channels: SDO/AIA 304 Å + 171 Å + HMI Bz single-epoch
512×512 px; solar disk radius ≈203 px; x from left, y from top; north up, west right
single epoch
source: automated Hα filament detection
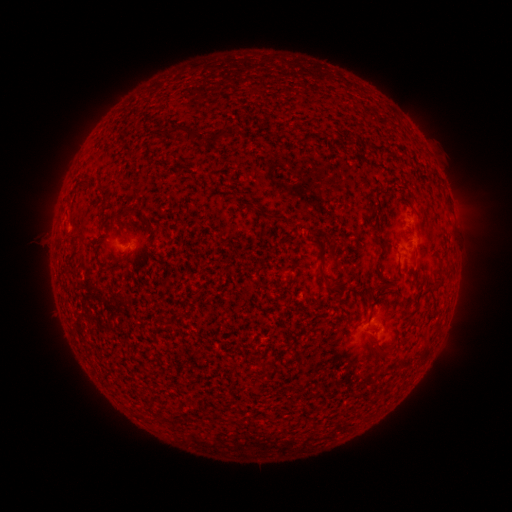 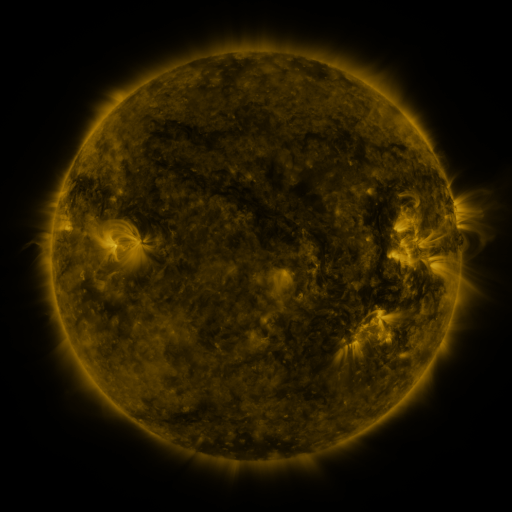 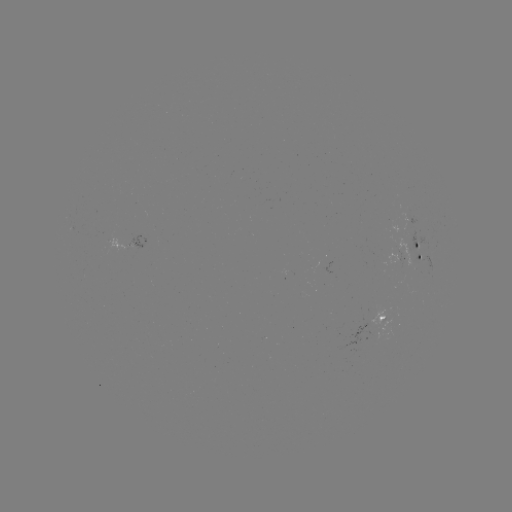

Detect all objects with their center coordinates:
filament: (175, 129)
filament: (219, 134)
filament: (191, 136)
filament: (85, 187)
filament: (374, 228)
filament: (322, 257)
filament: (416, 274)
filament: (331, 280)
filament: (441, 280)
filament: (380, 286)
filament: (377, 353)
